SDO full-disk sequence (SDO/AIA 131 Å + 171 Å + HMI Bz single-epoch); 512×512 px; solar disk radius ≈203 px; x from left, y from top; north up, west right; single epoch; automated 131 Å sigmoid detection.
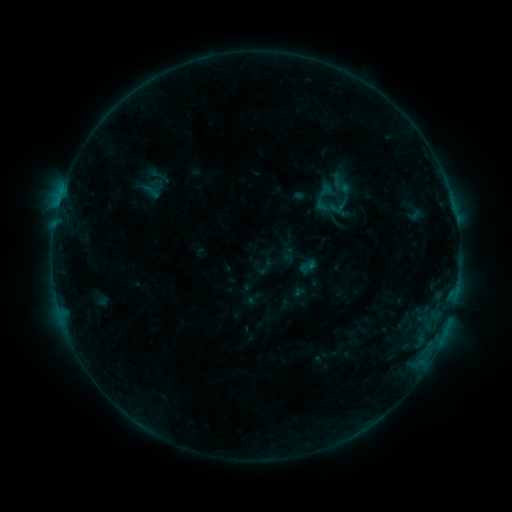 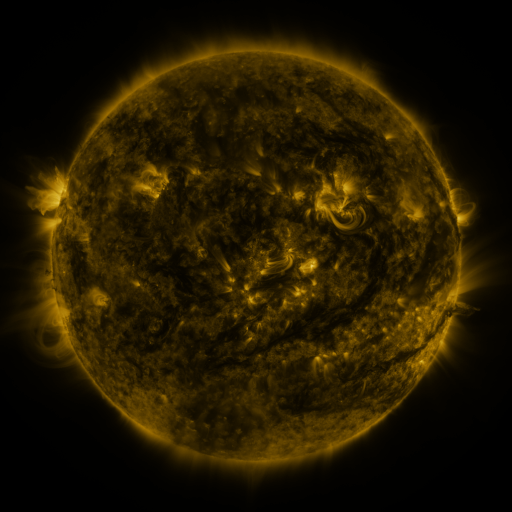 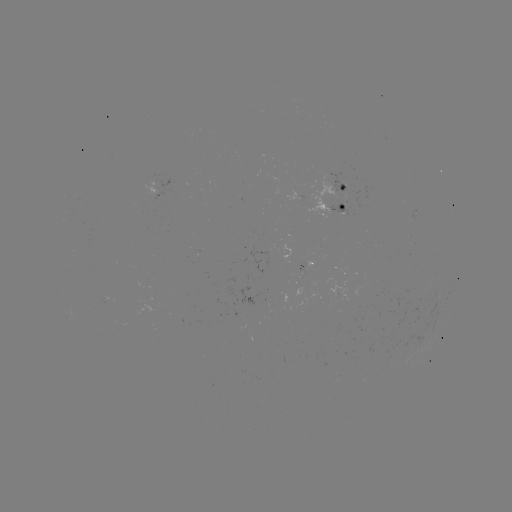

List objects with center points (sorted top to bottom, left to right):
sigmoid: [145, 162, 171, 188]
sigmoid: [298, 257, 316, 276]
